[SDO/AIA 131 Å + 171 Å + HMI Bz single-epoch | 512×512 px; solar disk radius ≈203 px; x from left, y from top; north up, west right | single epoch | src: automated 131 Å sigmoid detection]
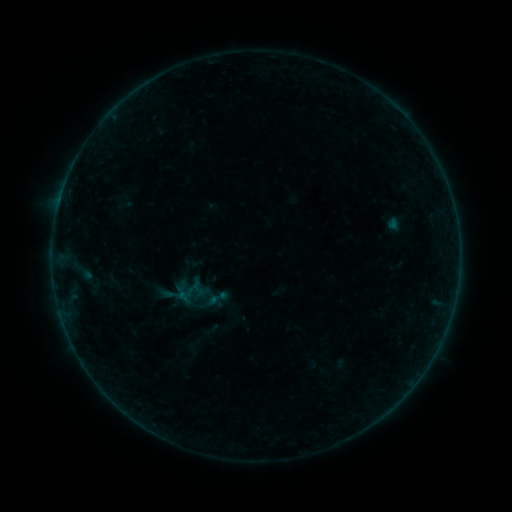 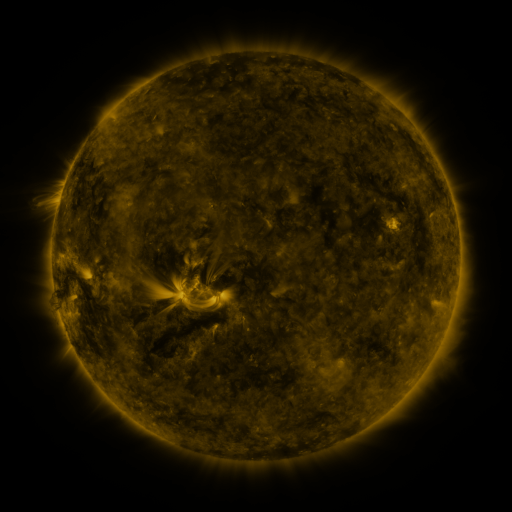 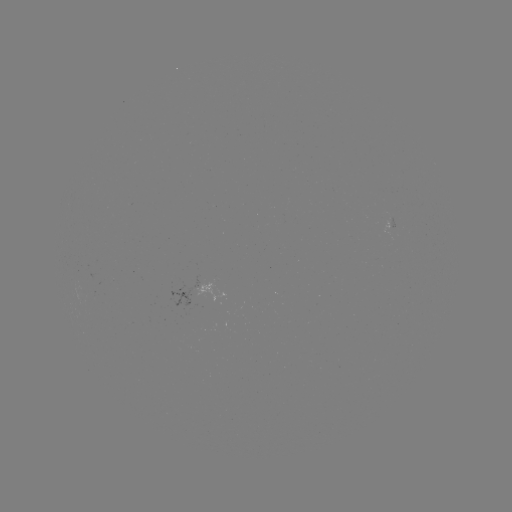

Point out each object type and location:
sigmoid: <bbox>205, 286, 229, 310</bbox>
